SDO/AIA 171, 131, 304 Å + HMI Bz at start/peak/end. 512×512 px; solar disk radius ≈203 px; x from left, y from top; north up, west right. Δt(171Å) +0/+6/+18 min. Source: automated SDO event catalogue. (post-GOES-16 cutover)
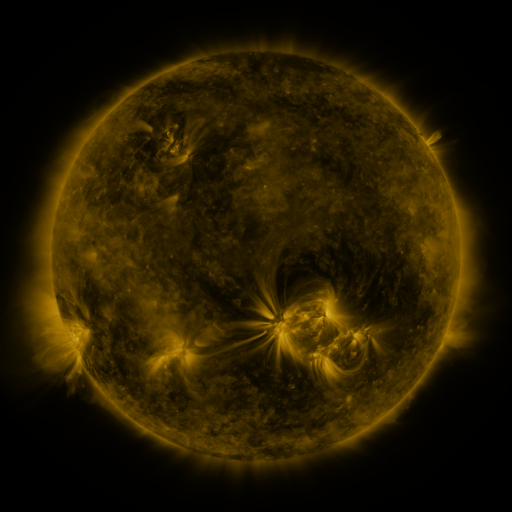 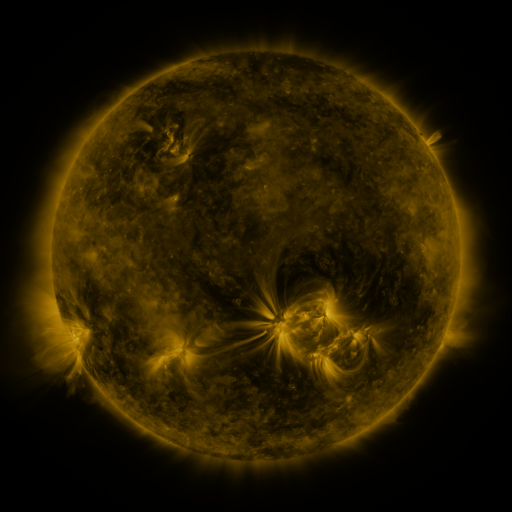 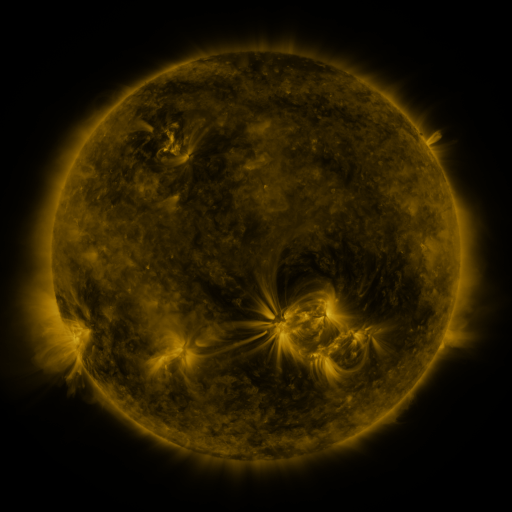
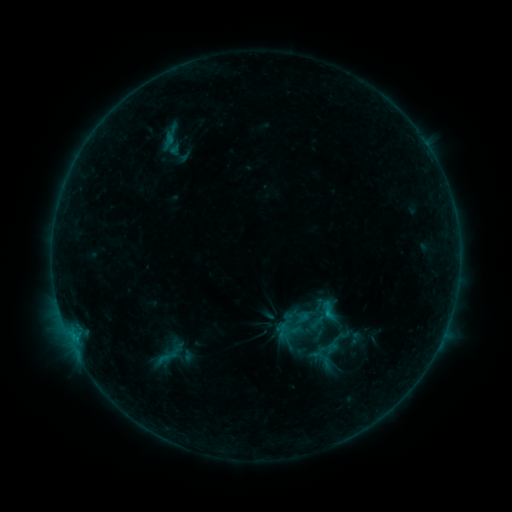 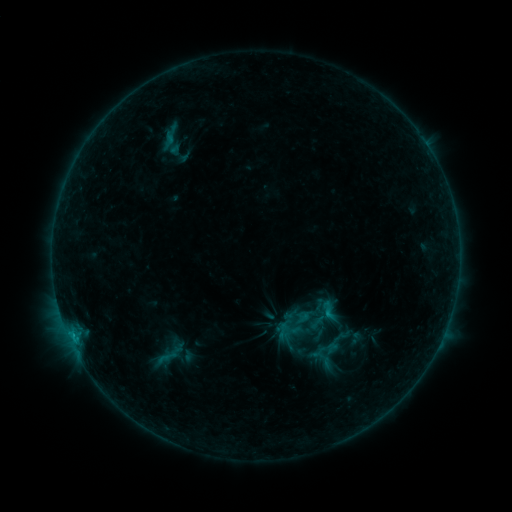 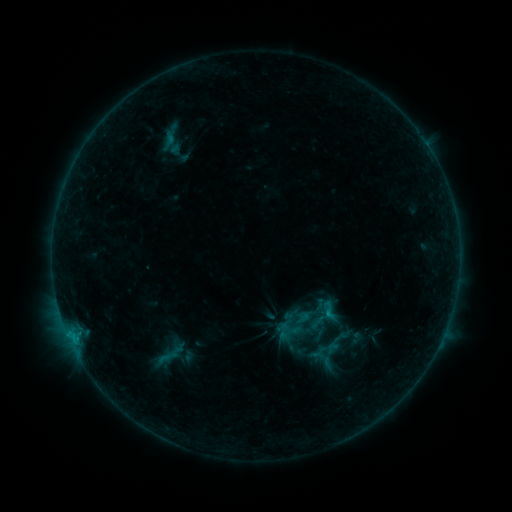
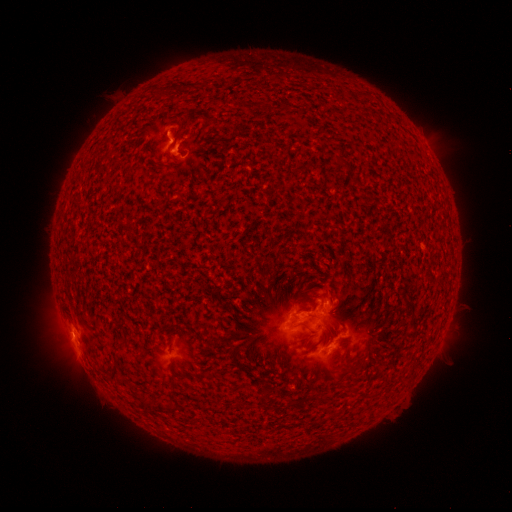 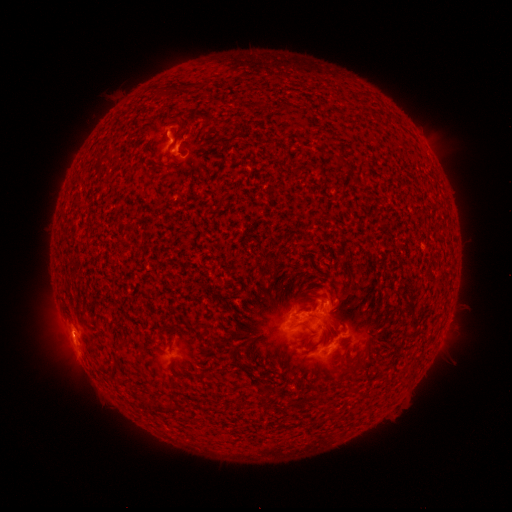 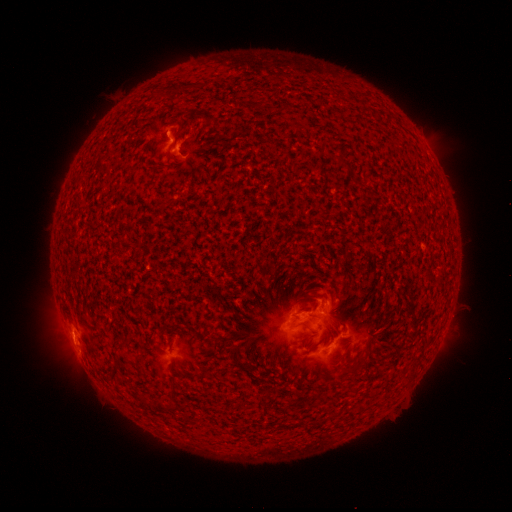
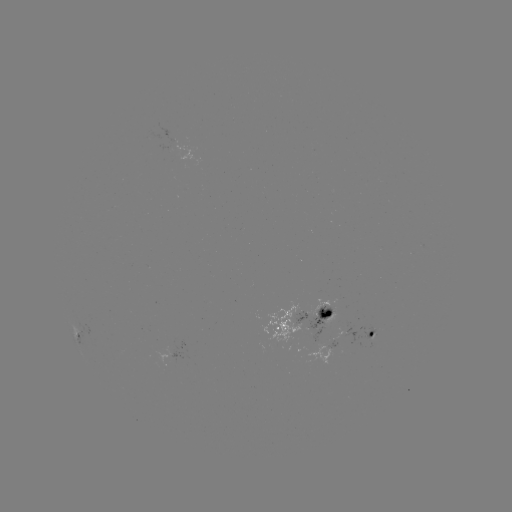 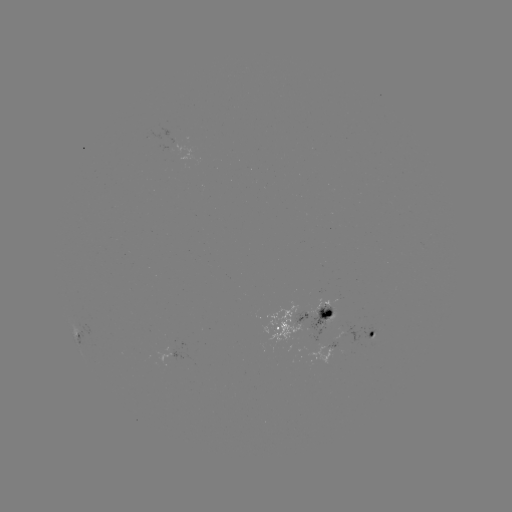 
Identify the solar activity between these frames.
C1.2 flare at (74, 339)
